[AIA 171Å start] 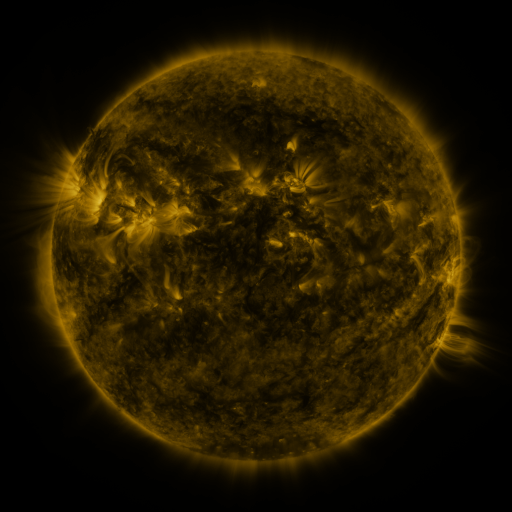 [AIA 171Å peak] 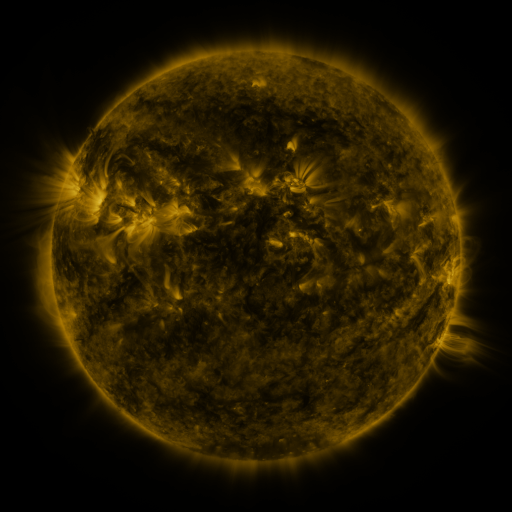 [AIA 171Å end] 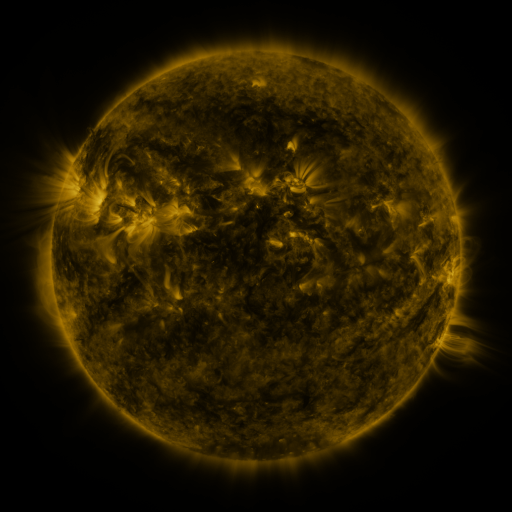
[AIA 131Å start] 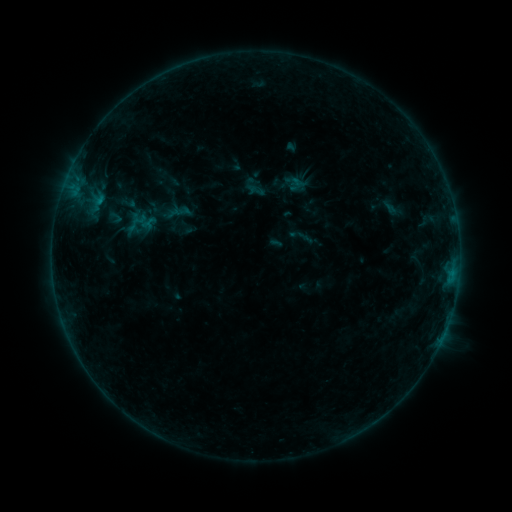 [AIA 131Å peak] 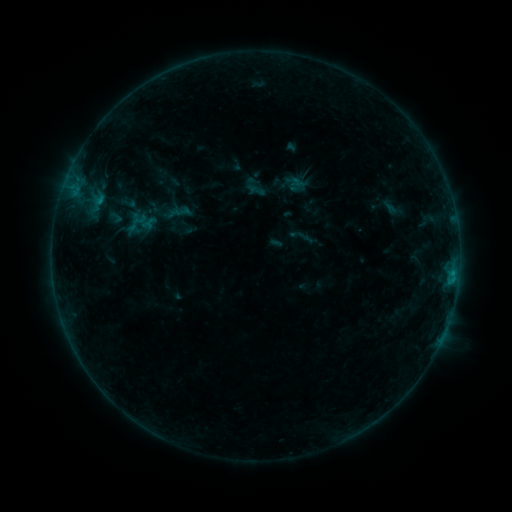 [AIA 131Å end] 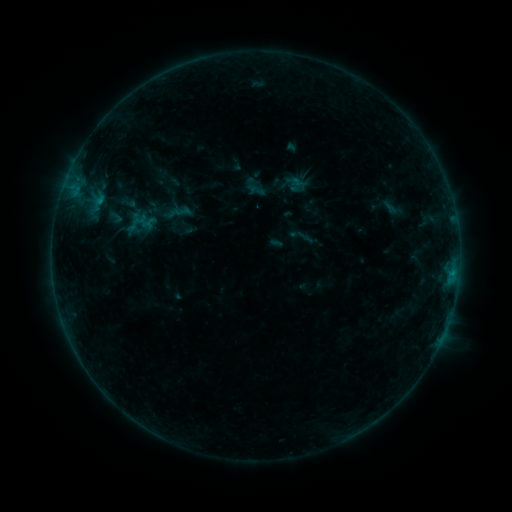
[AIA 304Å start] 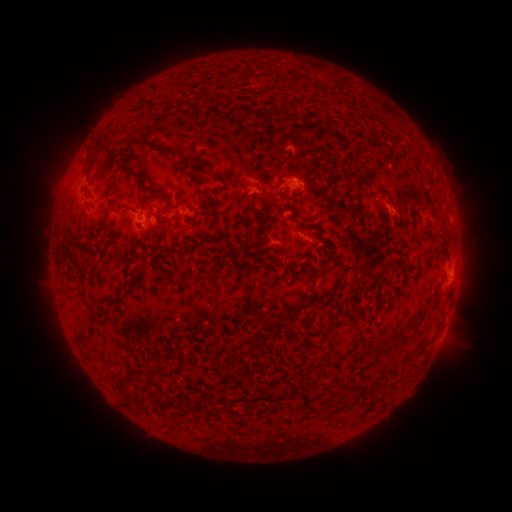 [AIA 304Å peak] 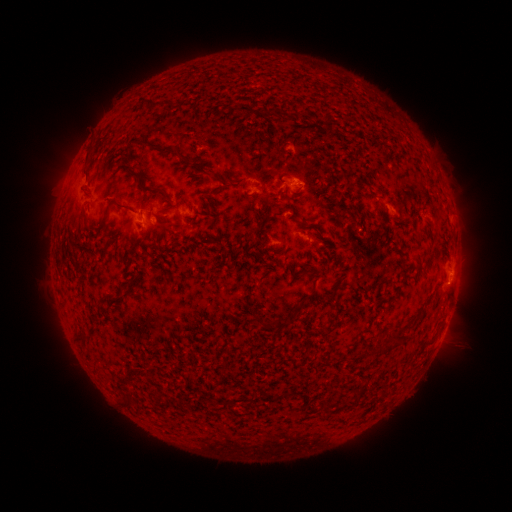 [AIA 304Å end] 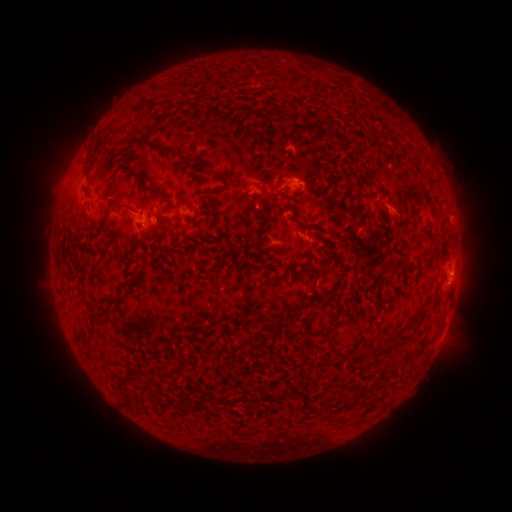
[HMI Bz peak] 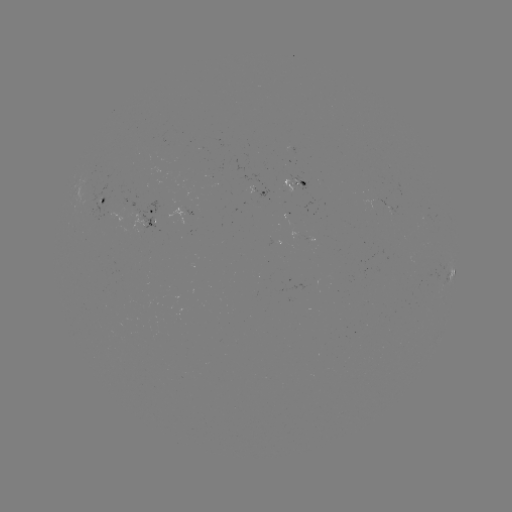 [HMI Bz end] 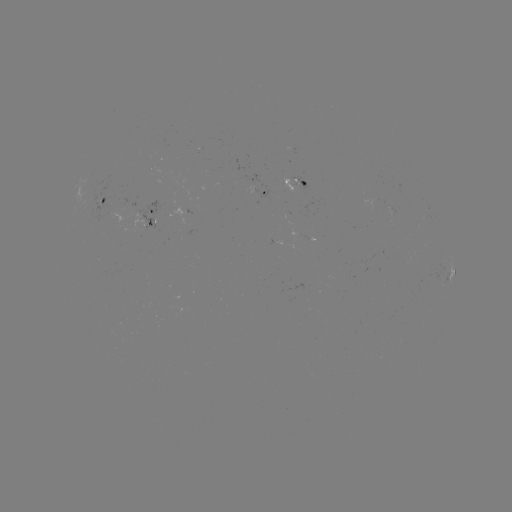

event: flare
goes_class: B3.6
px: (452, 270)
